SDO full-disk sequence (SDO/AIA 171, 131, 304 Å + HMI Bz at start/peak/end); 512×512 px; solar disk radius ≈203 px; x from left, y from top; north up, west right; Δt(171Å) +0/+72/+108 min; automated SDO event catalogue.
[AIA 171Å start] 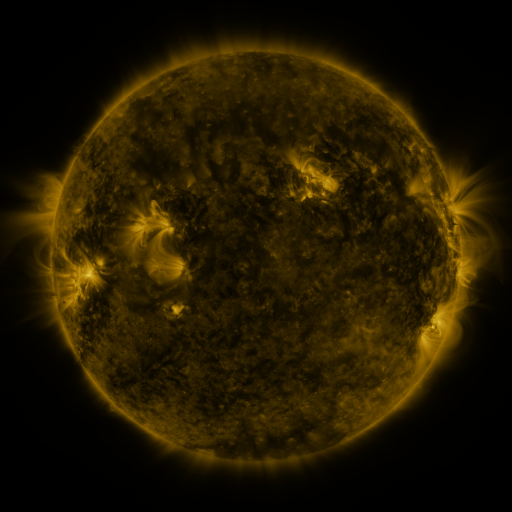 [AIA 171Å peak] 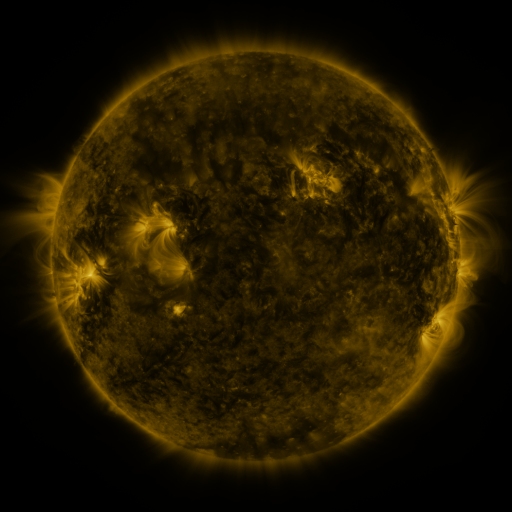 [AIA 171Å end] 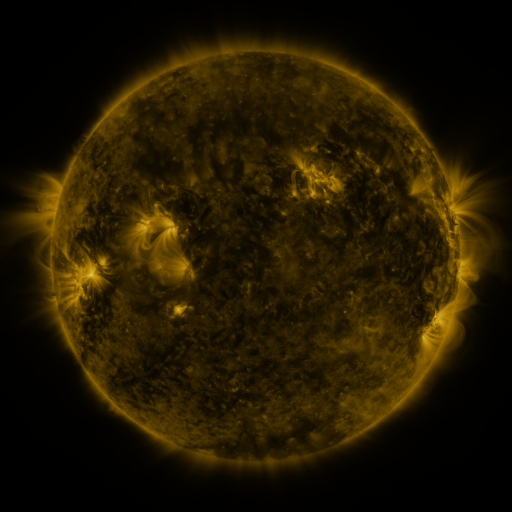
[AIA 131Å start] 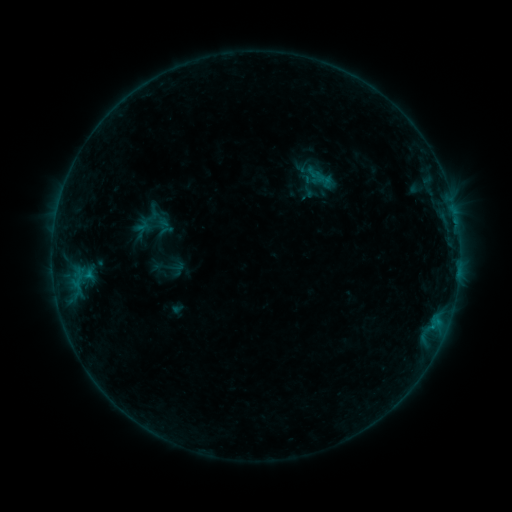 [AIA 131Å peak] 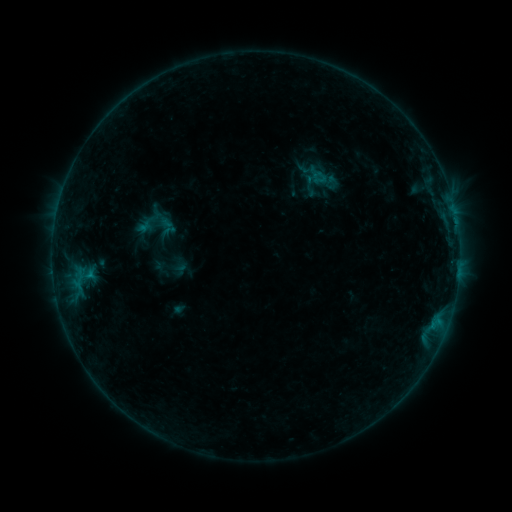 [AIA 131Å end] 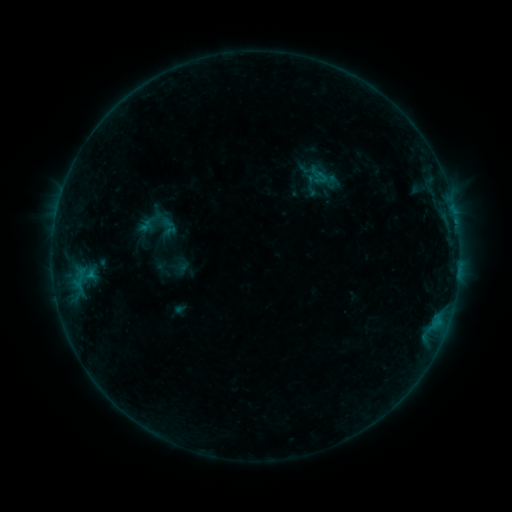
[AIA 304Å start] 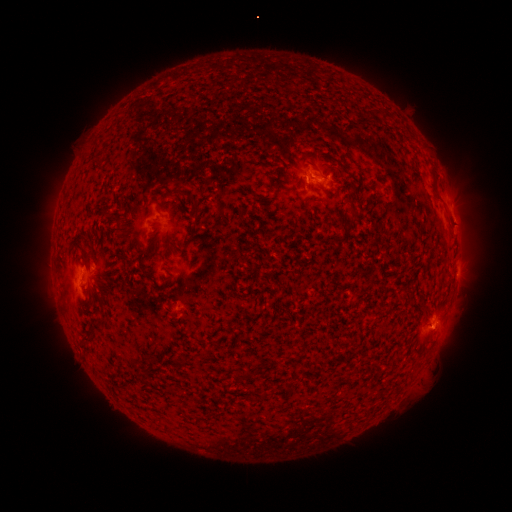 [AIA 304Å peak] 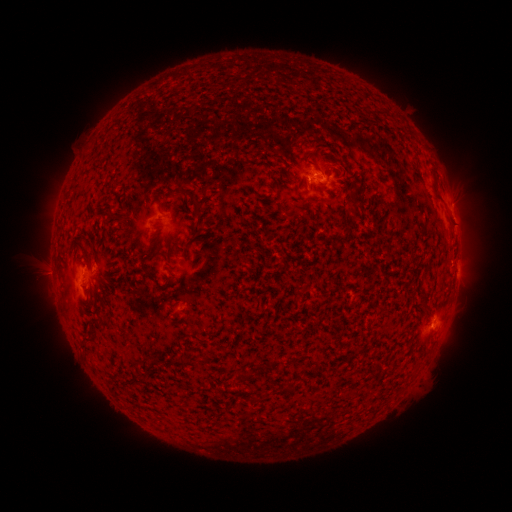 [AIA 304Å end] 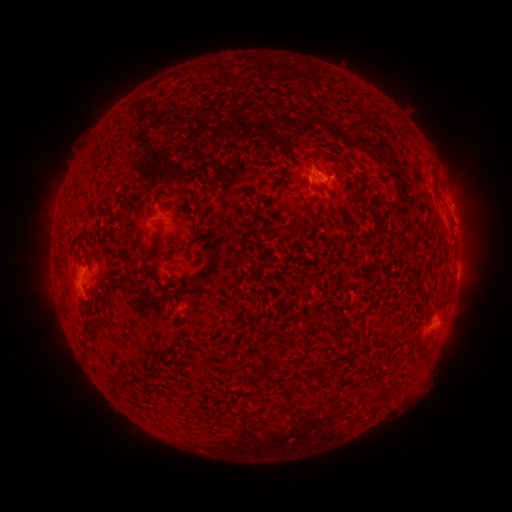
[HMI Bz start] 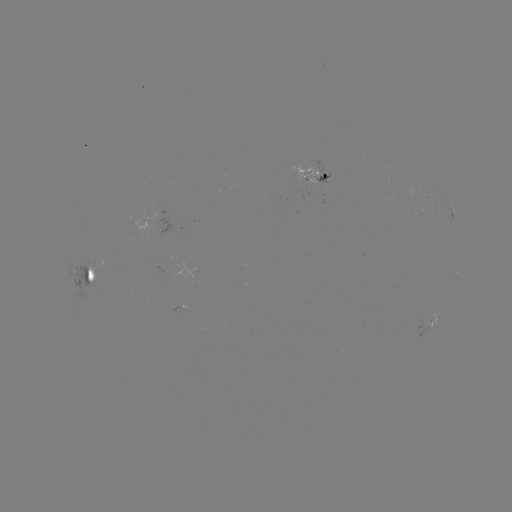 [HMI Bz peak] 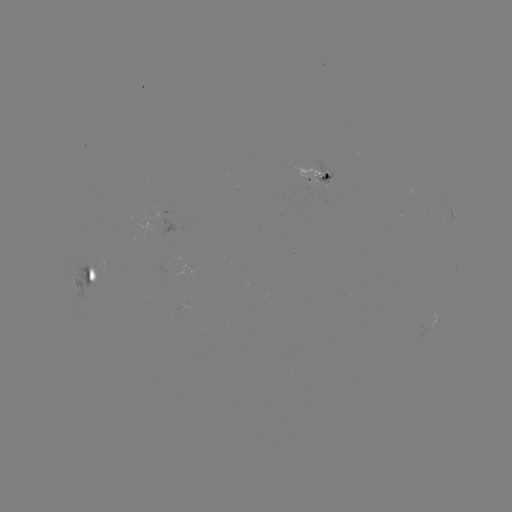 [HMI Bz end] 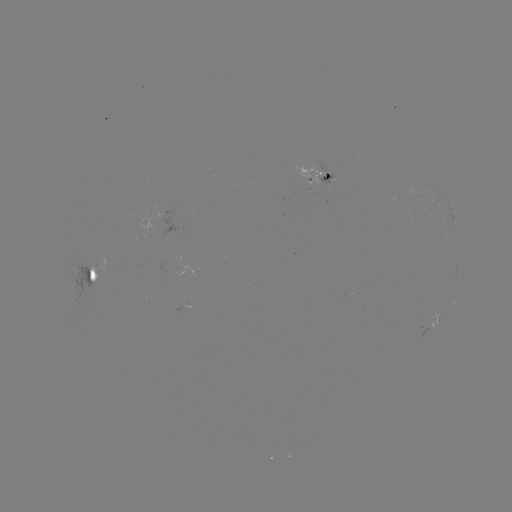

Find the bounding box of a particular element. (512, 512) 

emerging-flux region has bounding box [311, 160, 336, 188].